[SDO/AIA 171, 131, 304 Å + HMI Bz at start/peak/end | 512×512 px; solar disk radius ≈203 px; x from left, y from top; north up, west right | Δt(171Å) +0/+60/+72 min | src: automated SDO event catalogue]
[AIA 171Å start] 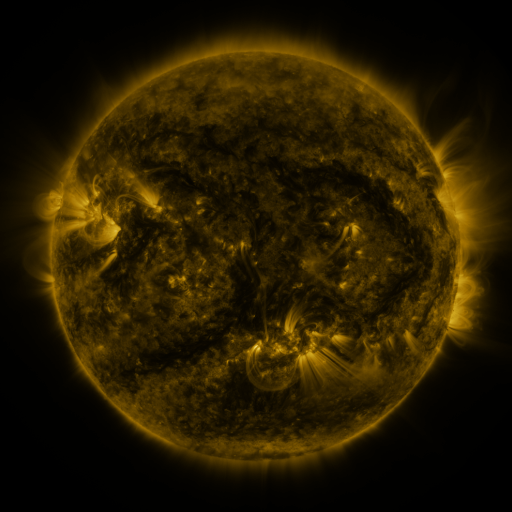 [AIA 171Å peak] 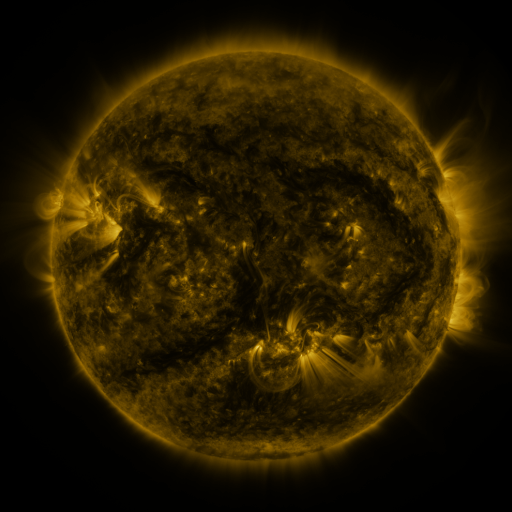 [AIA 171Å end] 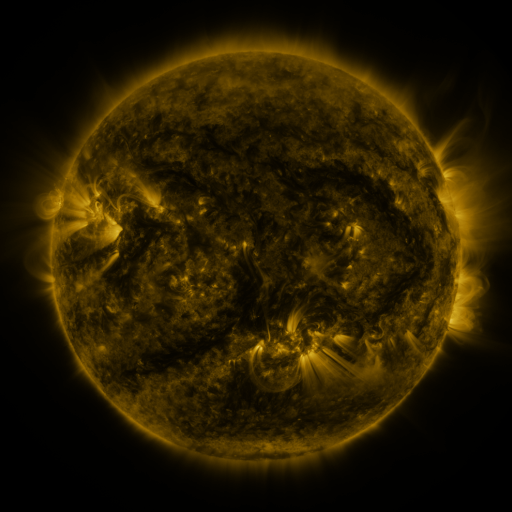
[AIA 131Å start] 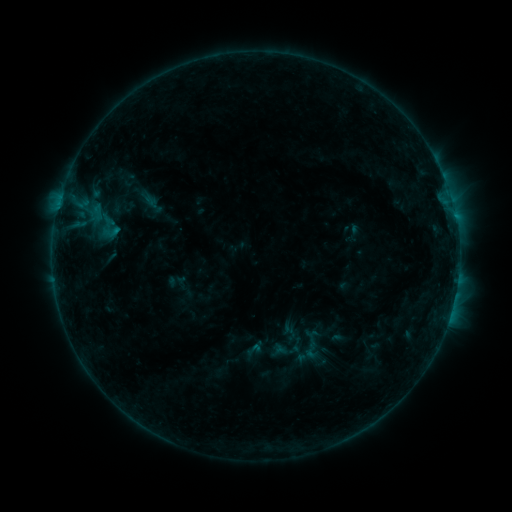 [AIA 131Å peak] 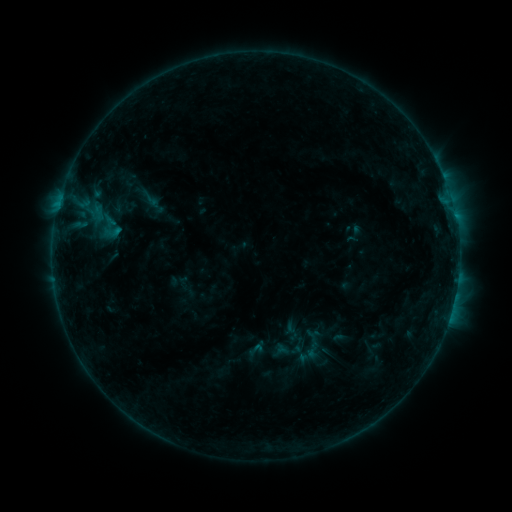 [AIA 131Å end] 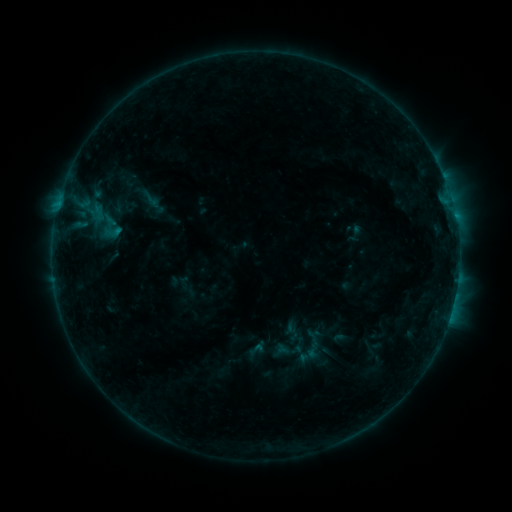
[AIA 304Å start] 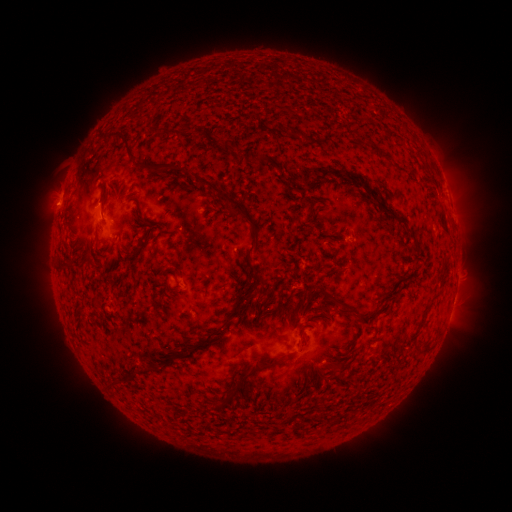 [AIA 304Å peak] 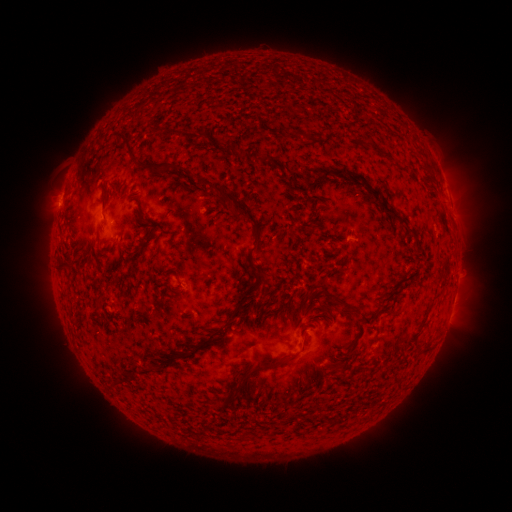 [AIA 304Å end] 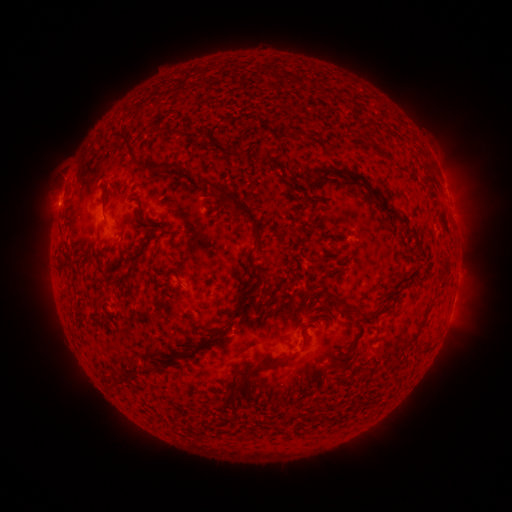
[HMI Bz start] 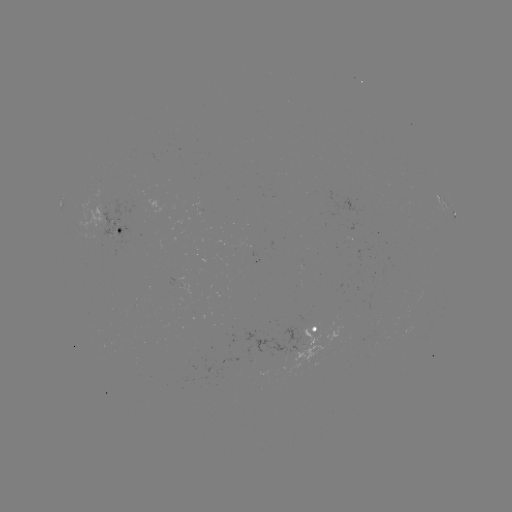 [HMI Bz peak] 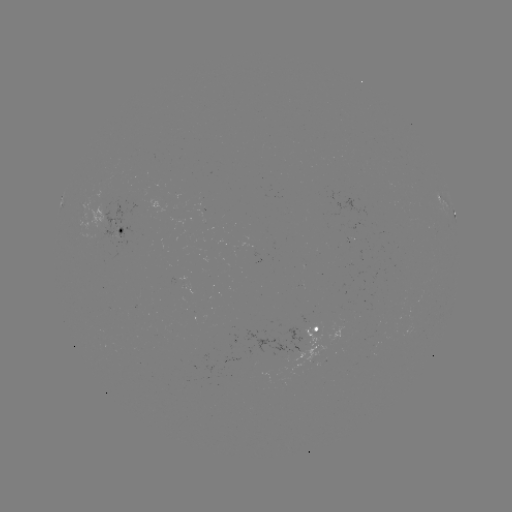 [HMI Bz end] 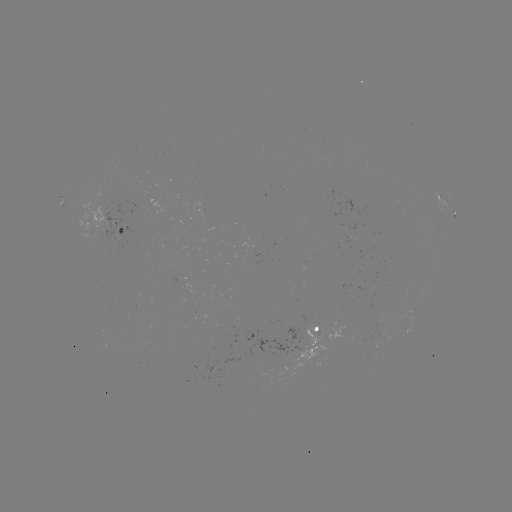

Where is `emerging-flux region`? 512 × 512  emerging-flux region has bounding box [246, 324, 302, 365].